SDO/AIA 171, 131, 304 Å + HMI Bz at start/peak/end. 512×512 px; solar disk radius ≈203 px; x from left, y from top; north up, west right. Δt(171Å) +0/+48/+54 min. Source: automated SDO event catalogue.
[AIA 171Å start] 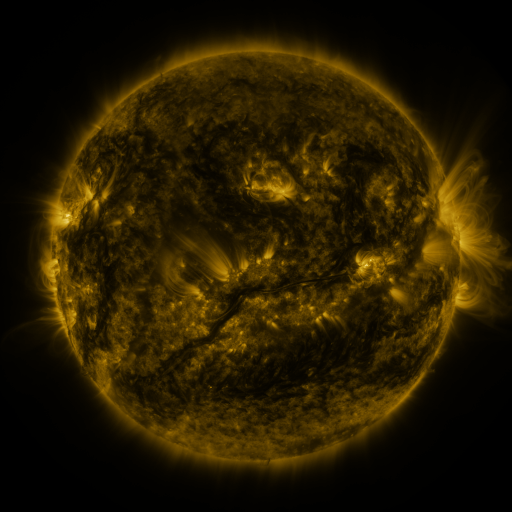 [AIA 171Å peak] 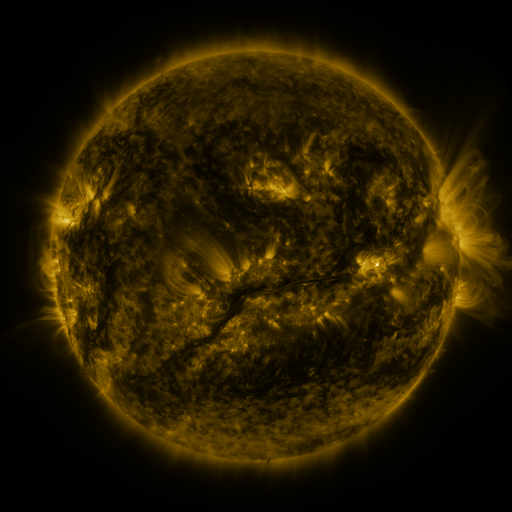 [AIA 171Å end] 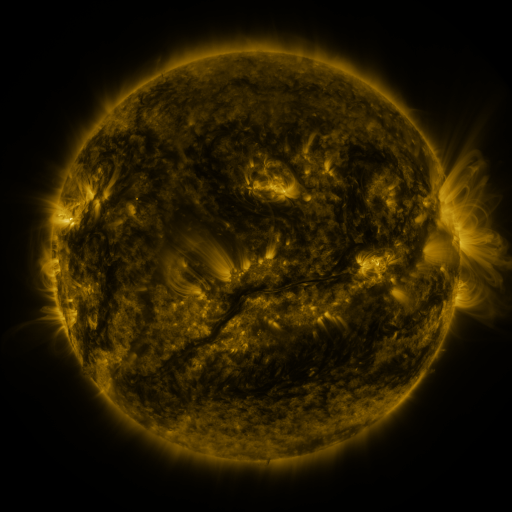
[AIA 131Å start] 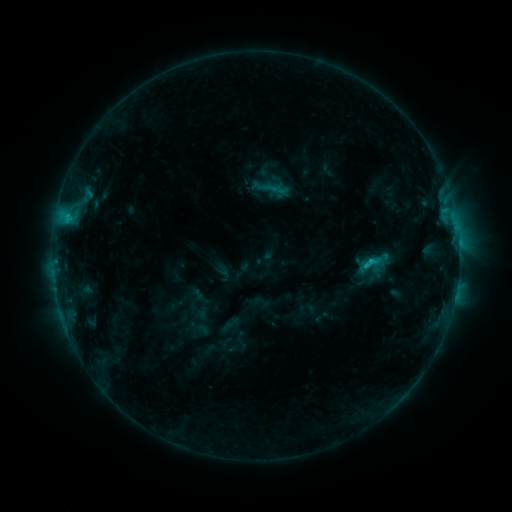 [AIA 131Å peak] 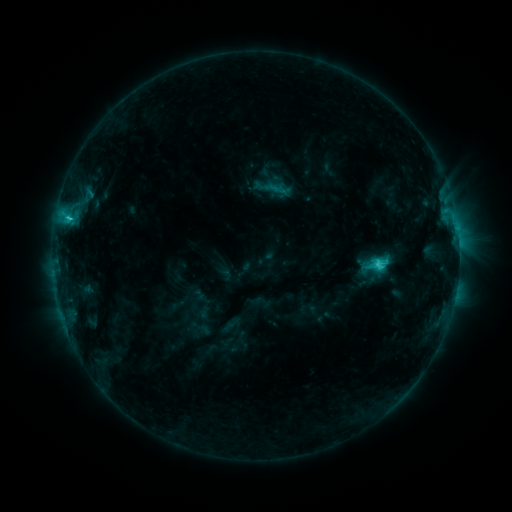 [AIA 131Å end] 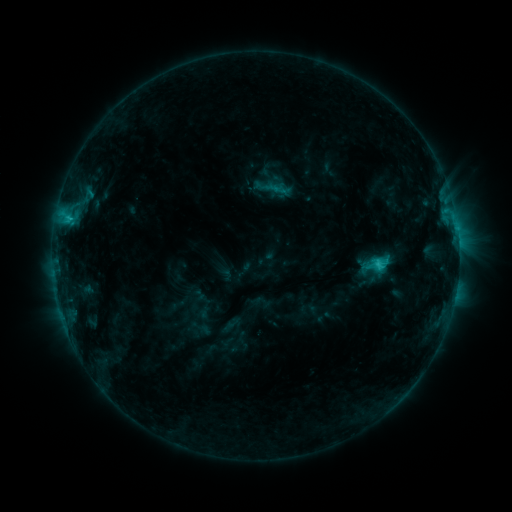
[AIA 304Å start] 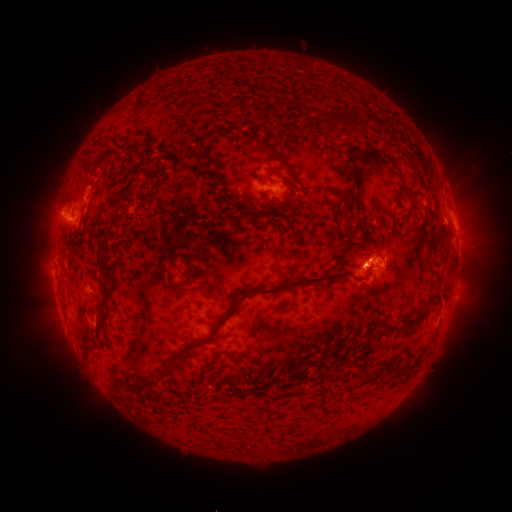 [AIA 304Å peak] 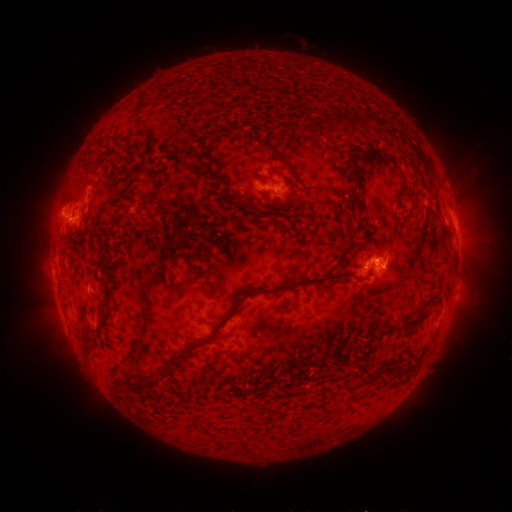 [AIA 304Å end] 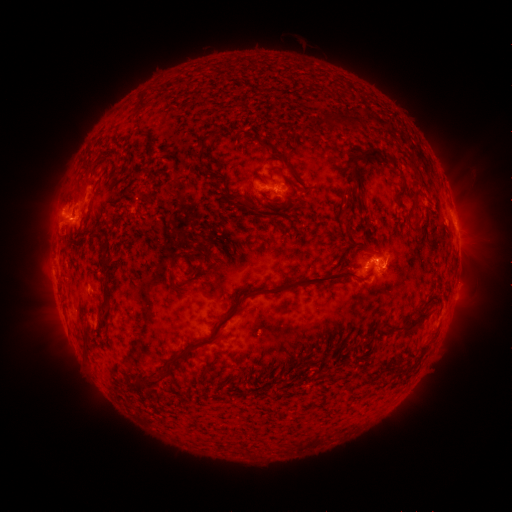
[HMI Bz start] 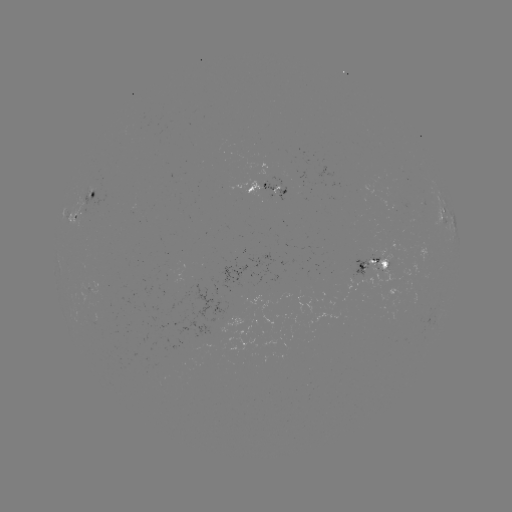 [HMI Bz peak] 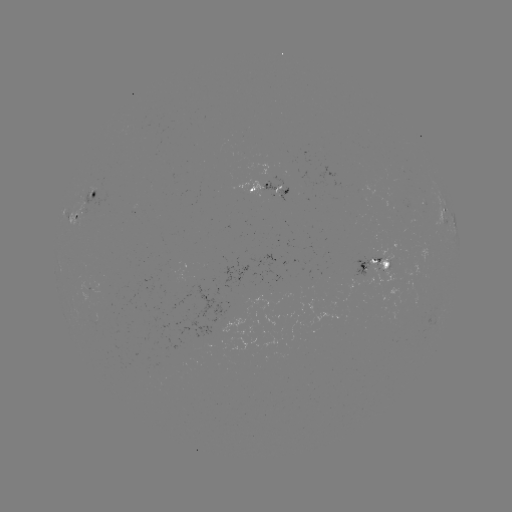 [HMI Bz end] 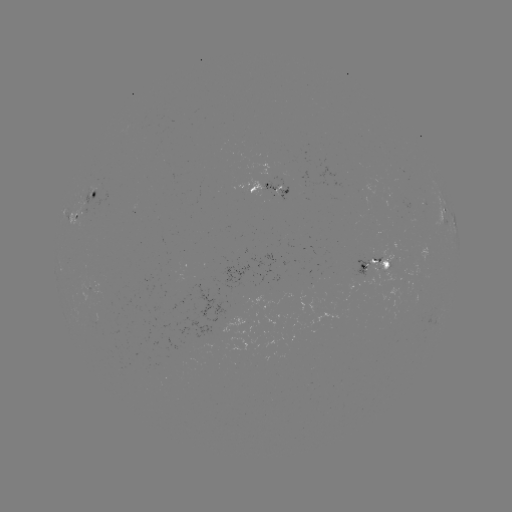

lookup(C3.1 flare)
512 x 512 (377, 262)